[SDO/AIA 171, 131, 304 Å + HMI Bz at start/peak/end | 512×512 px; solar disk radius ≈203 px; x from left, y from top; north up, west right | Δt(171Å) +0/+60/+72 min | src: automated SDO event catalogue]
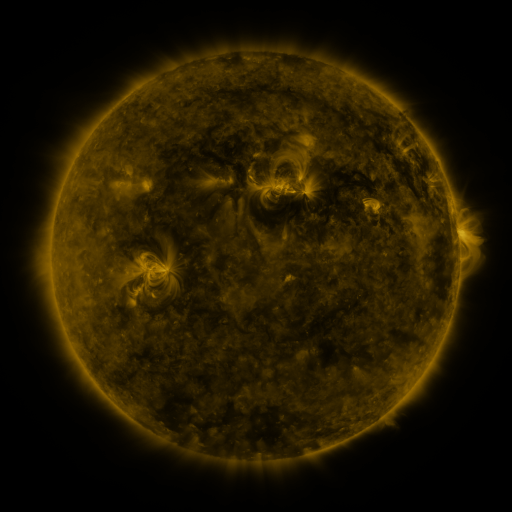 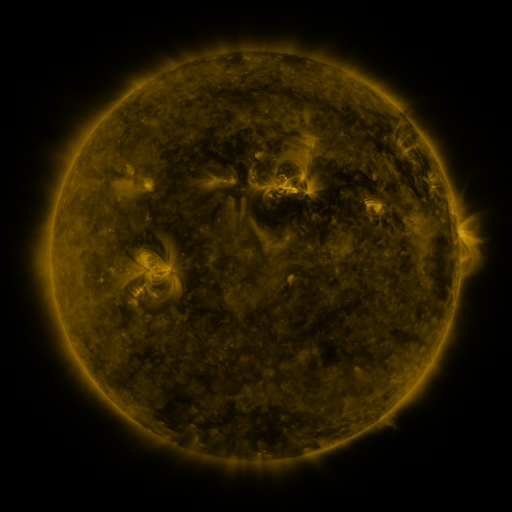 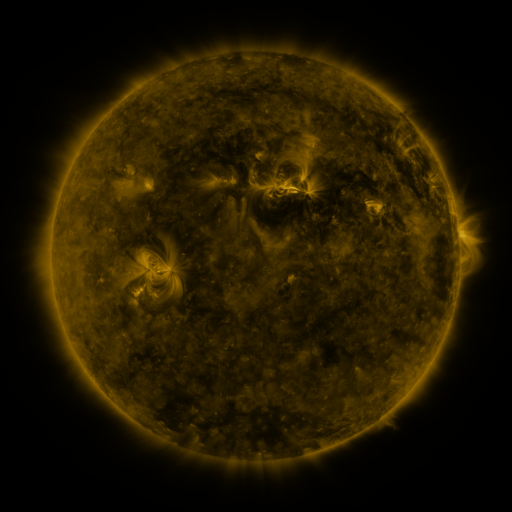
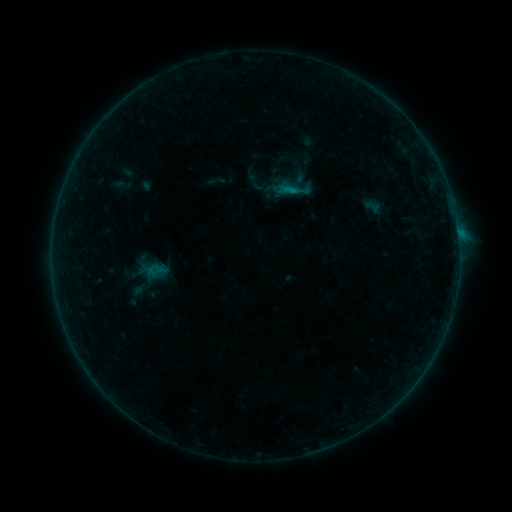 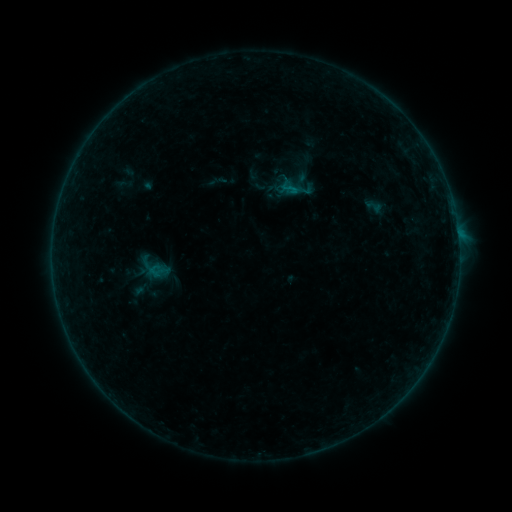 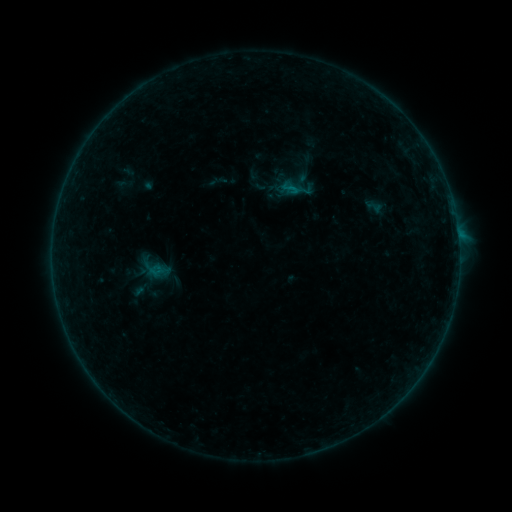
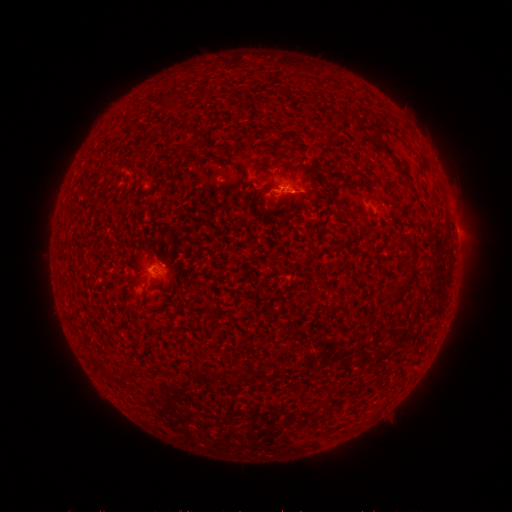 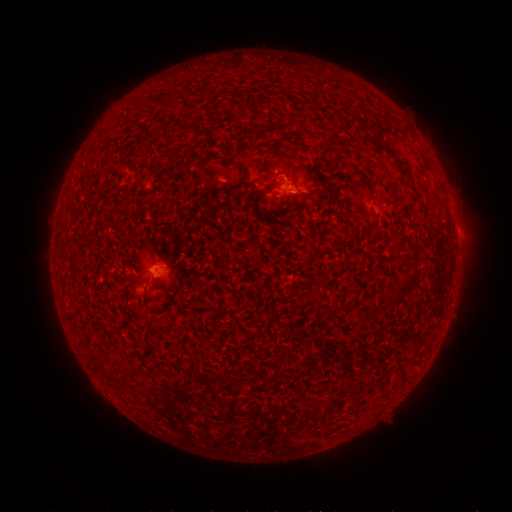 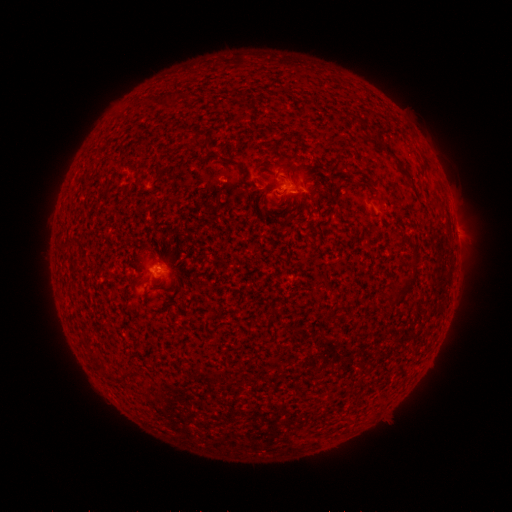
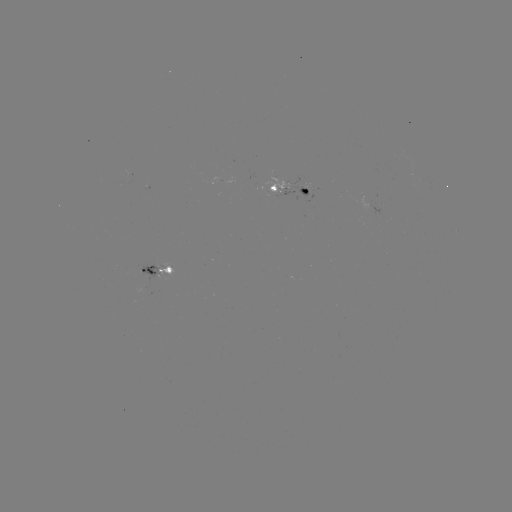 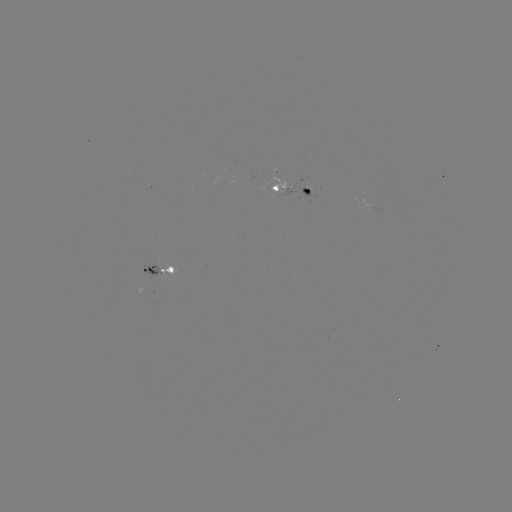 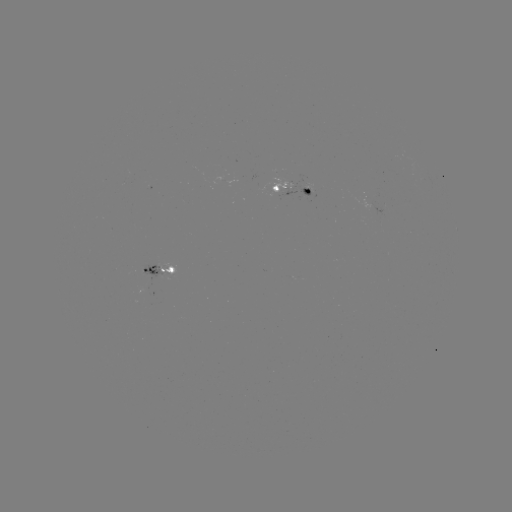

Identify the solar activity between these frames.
emerging-flux region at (143, 271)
